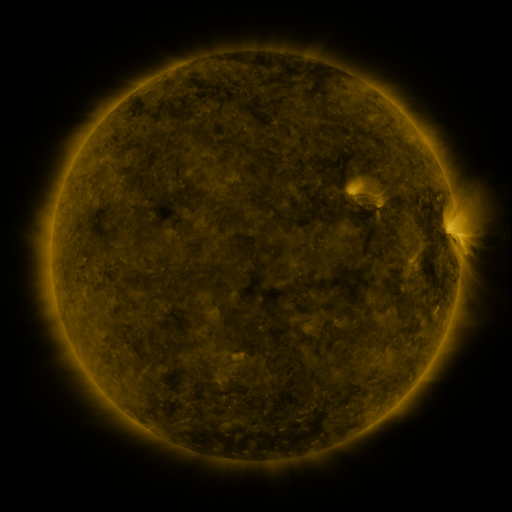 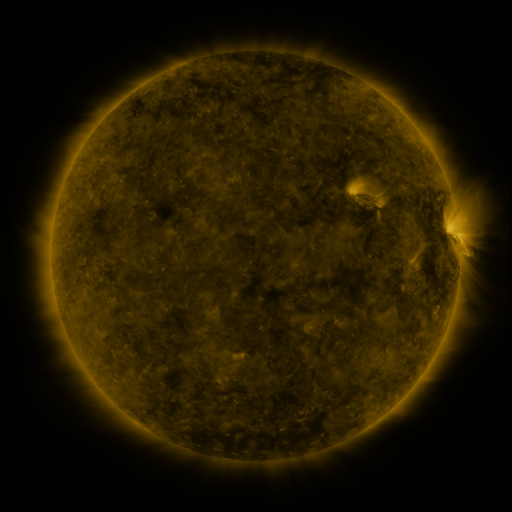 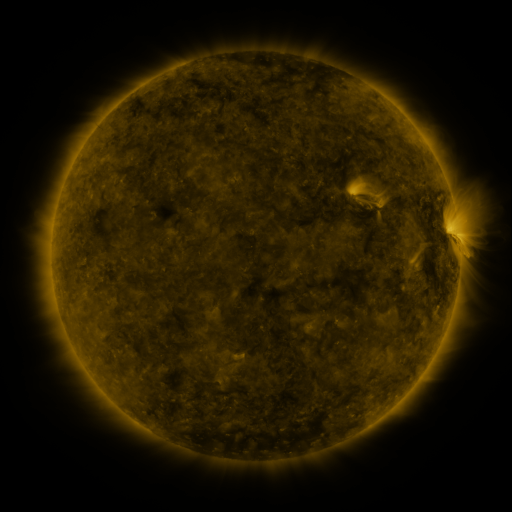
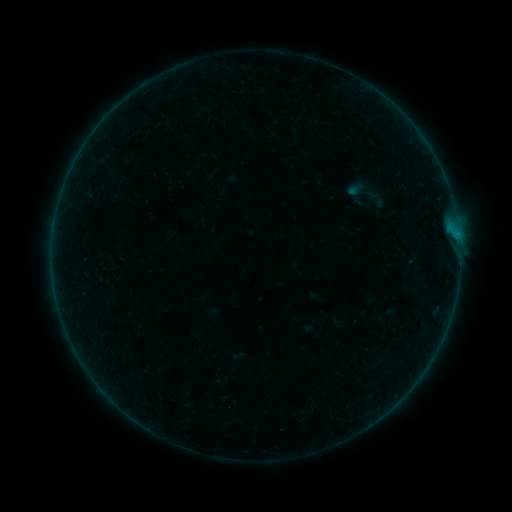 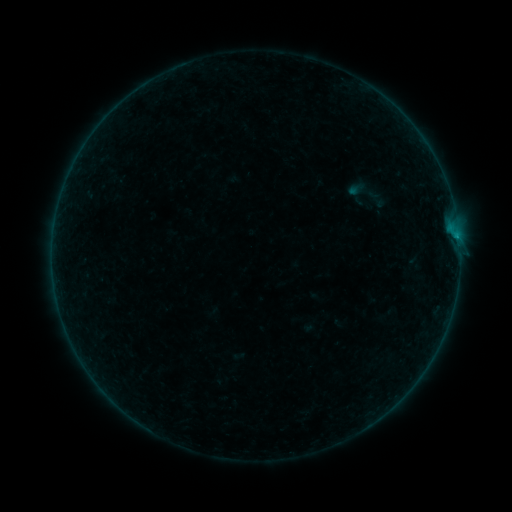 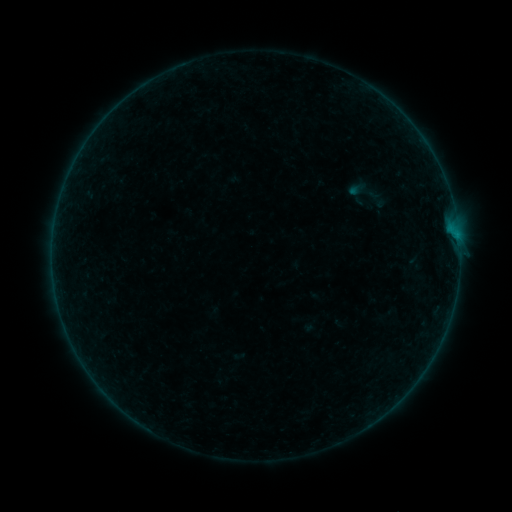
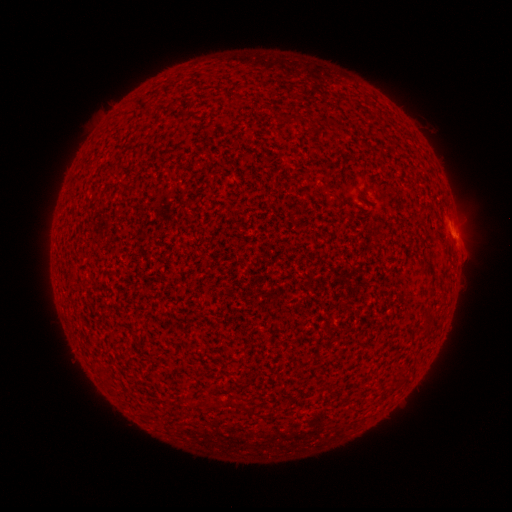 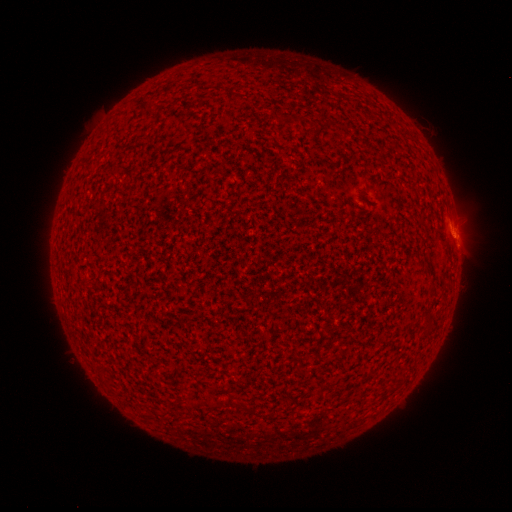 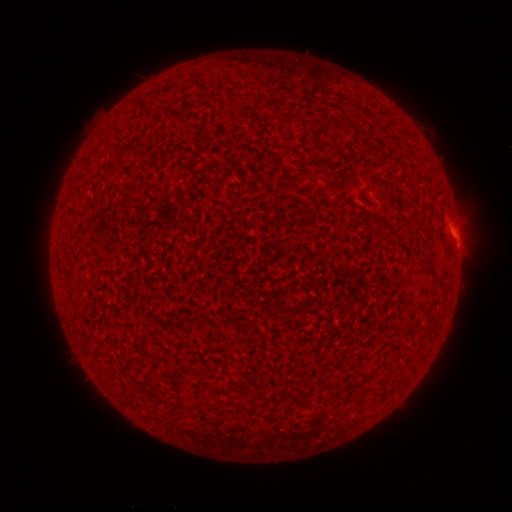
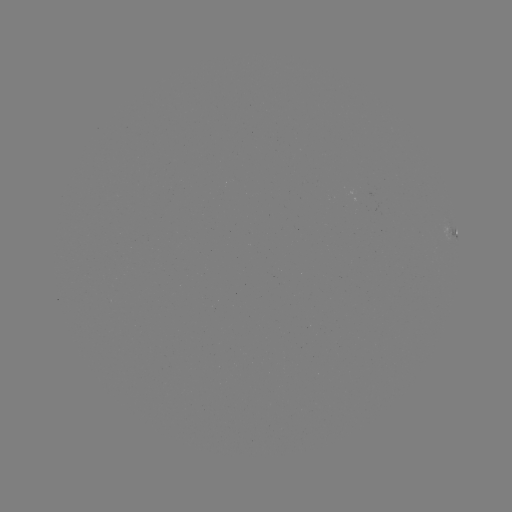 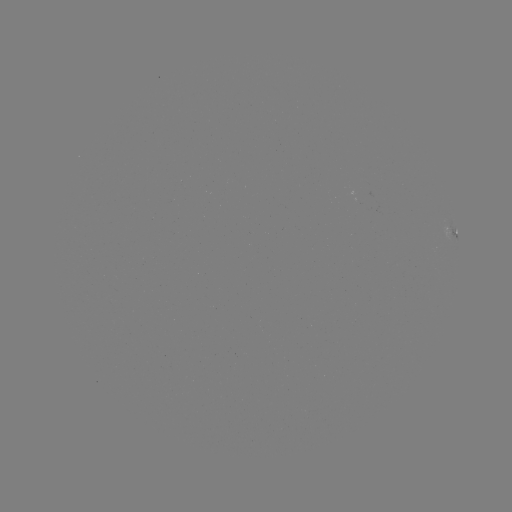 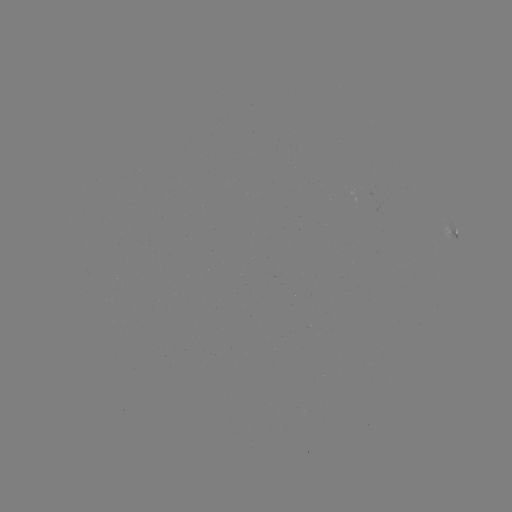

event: flare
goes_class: B1.7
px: (456, 239)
